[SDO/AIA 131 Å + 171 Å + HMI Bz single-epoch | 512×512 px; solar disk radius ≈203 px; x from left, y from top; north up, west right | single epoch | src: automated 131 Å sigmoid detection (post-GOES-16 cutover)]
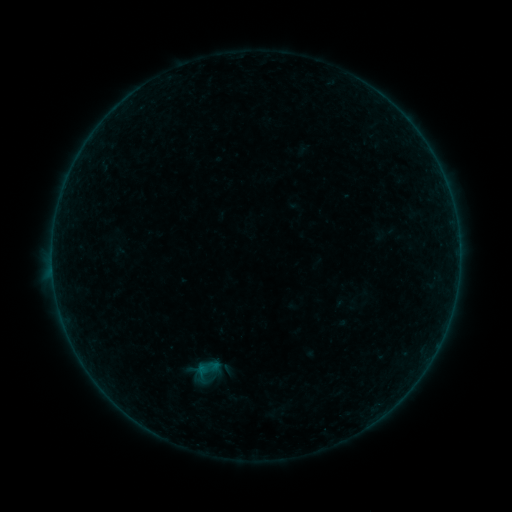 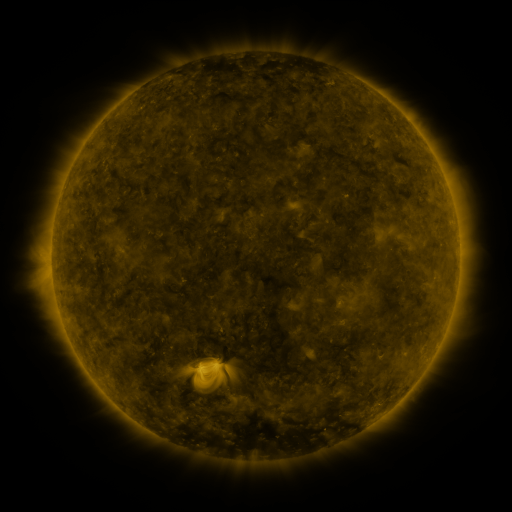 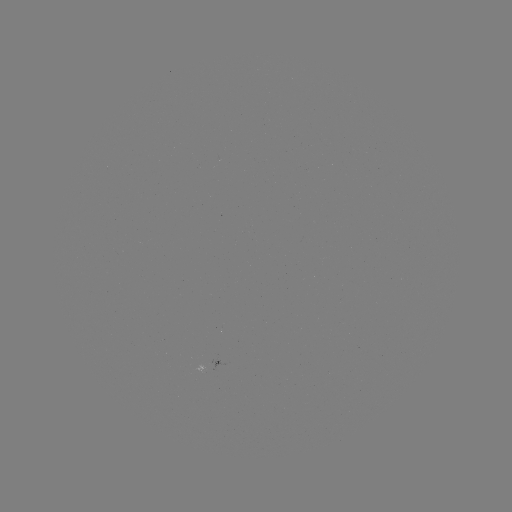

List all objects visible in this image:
sigmoid: [184, 357, 225, 385]
